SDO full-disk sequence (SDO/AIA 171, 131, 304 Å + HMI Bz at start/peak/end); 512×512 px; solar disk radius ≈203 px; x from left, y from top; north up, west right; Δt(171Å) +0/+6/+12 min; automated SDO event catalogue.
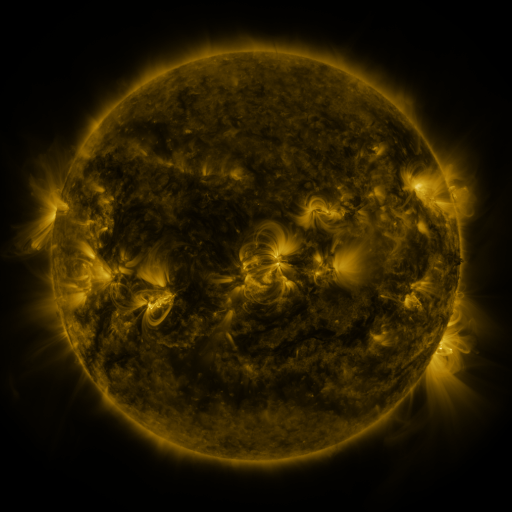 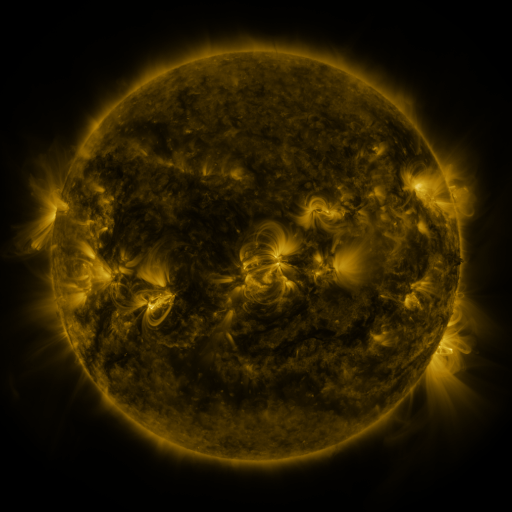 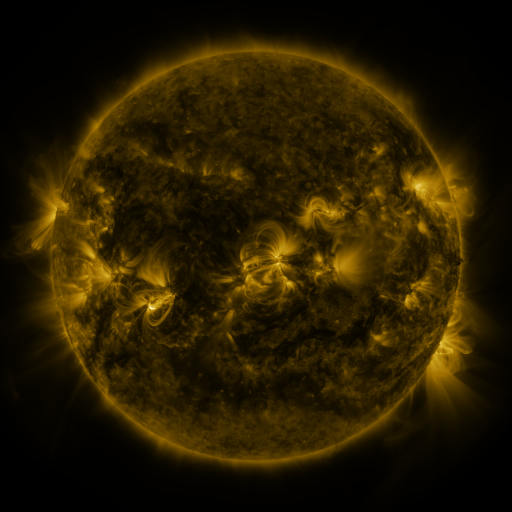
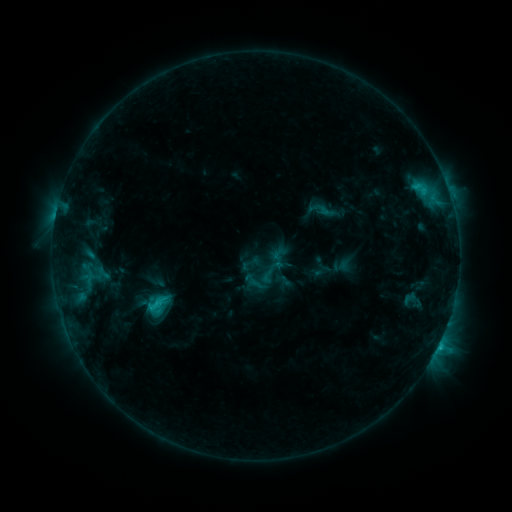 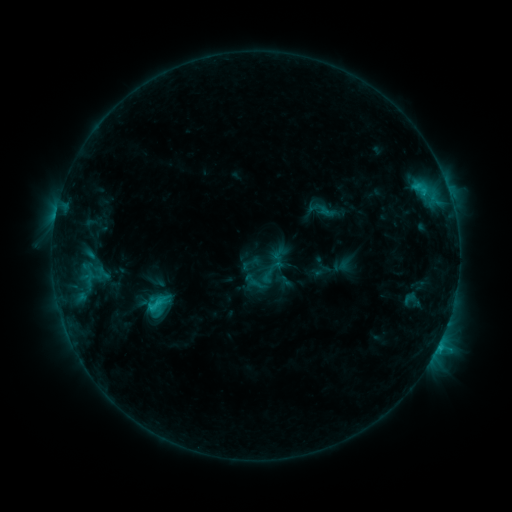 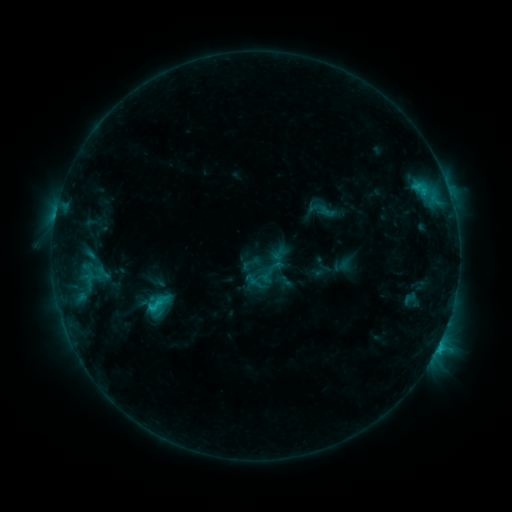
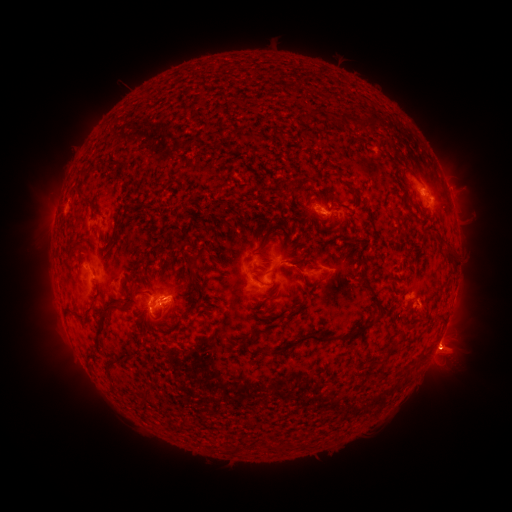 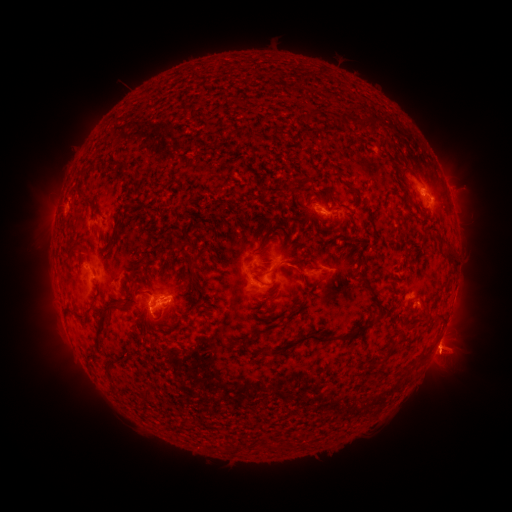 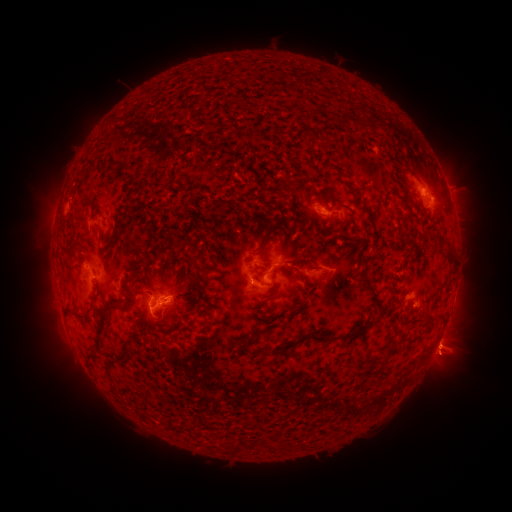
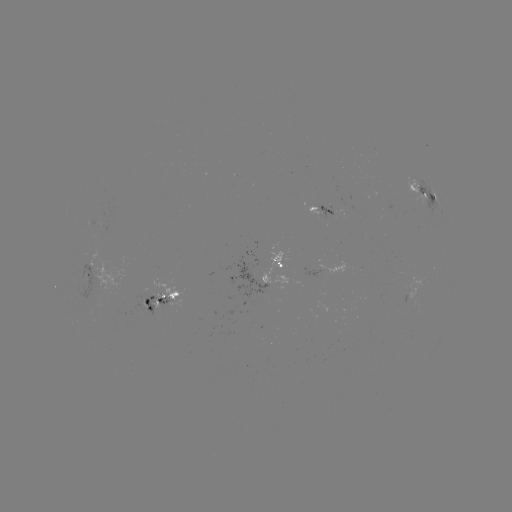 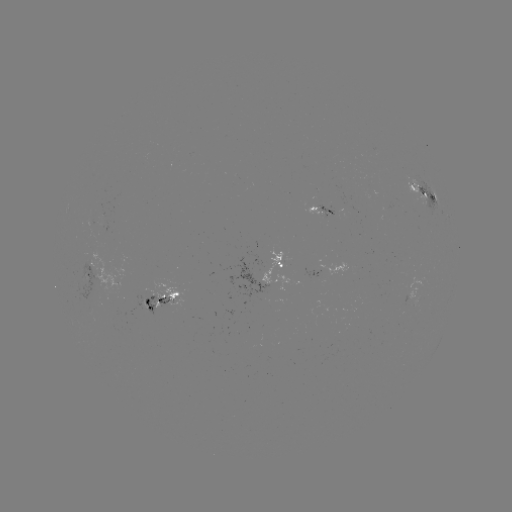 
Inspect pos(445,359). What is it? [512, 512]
eruption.